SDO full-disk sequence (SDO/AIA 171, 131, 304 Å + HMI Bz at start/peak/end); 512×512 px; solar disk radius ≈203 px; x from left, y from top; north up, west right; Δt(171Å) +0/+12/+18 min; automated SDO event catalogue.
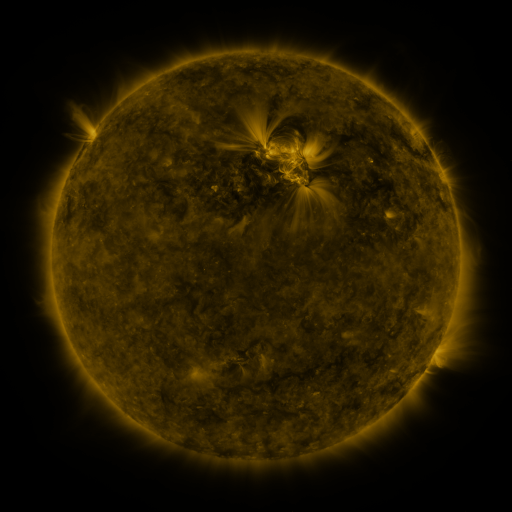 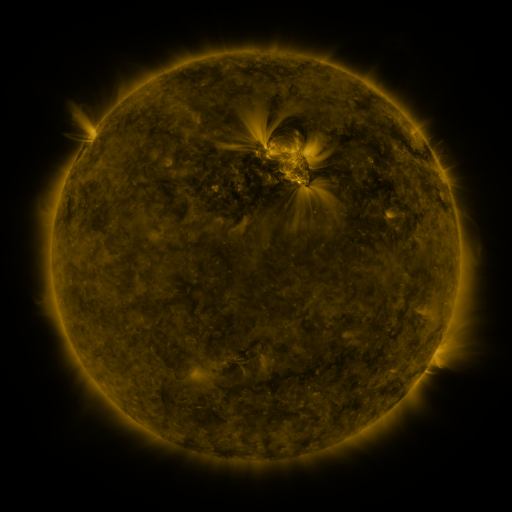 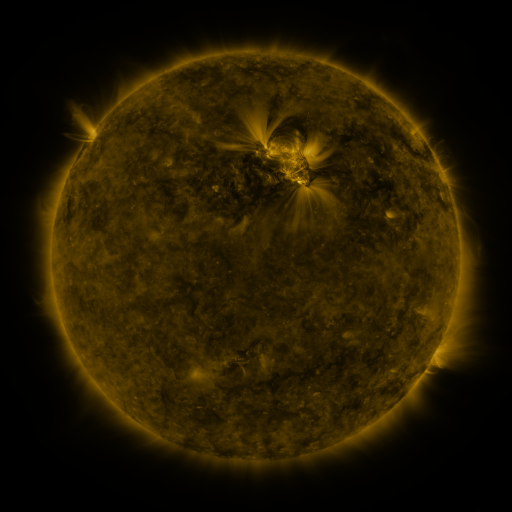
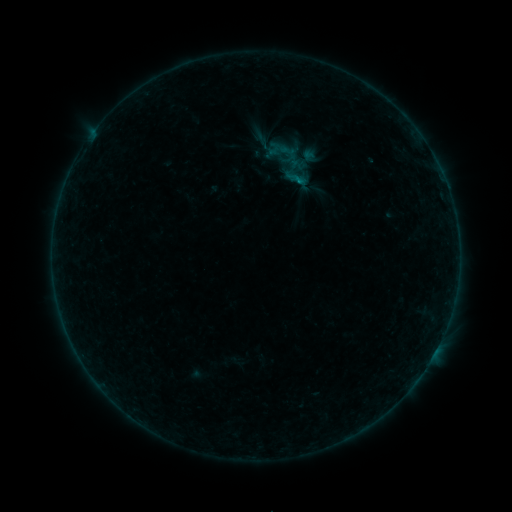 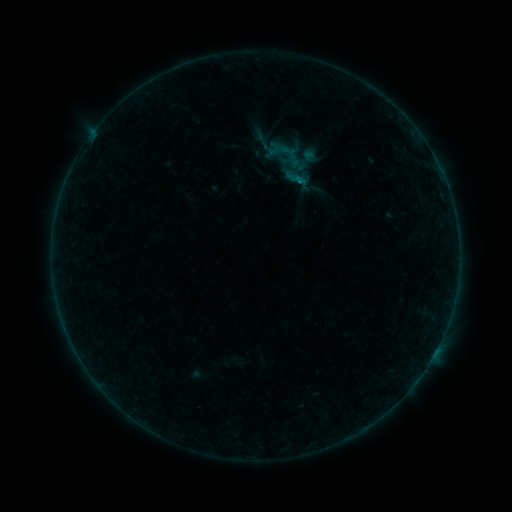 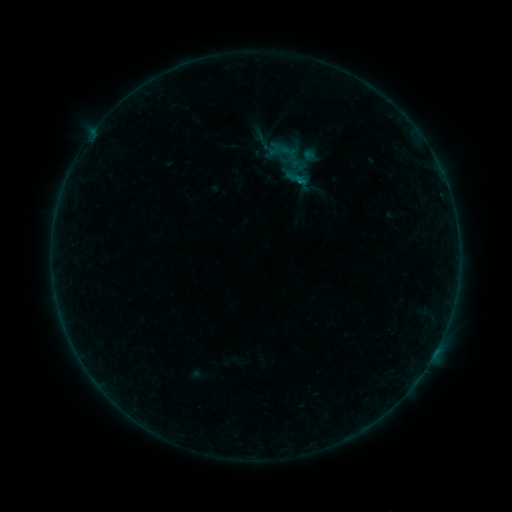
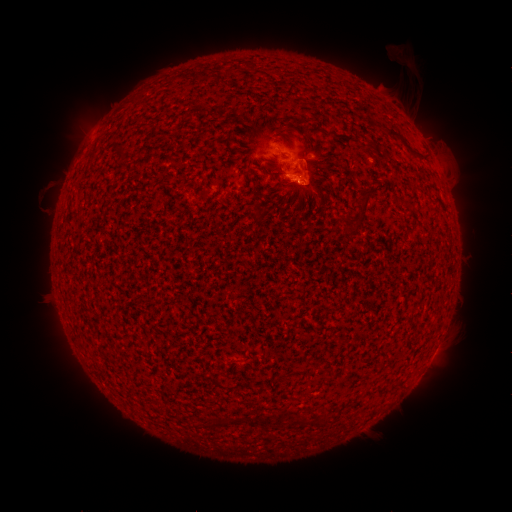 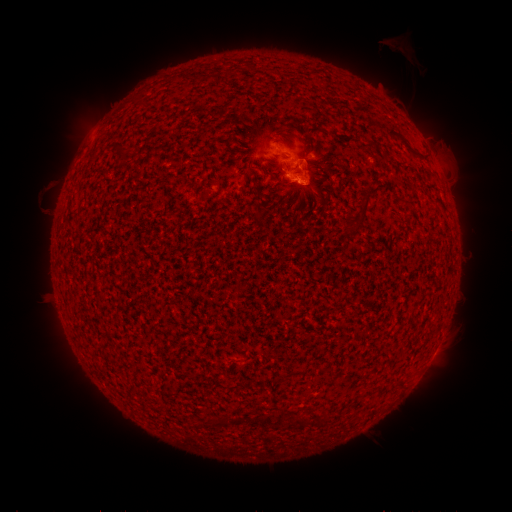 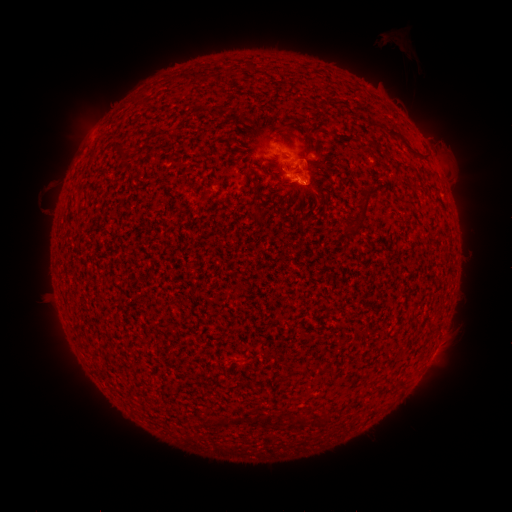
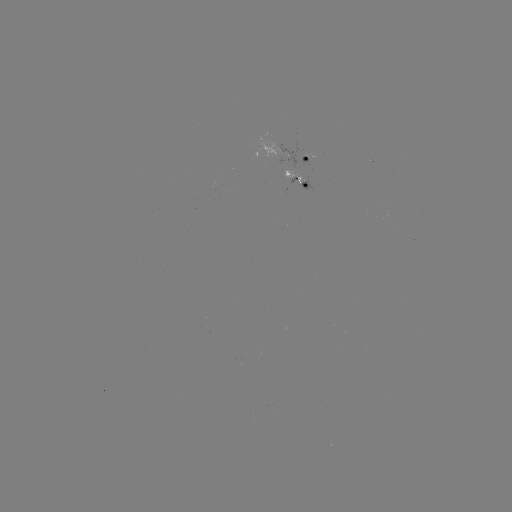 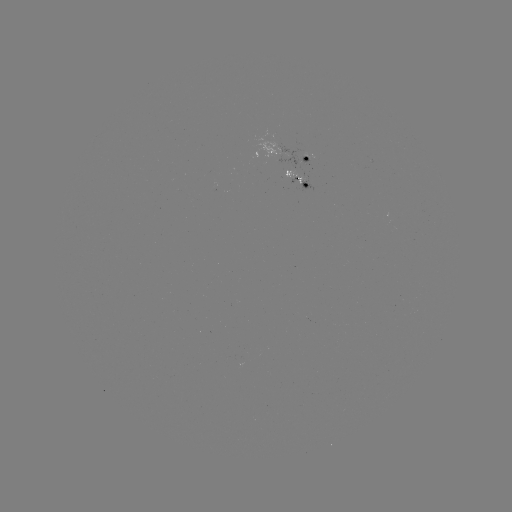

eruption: <bbox>373, 31, 419, 74</bbox>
